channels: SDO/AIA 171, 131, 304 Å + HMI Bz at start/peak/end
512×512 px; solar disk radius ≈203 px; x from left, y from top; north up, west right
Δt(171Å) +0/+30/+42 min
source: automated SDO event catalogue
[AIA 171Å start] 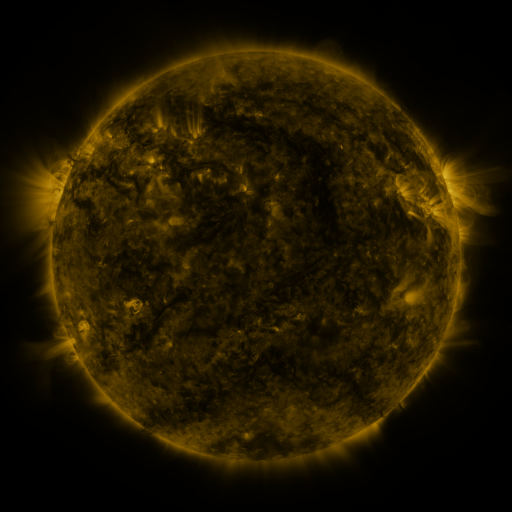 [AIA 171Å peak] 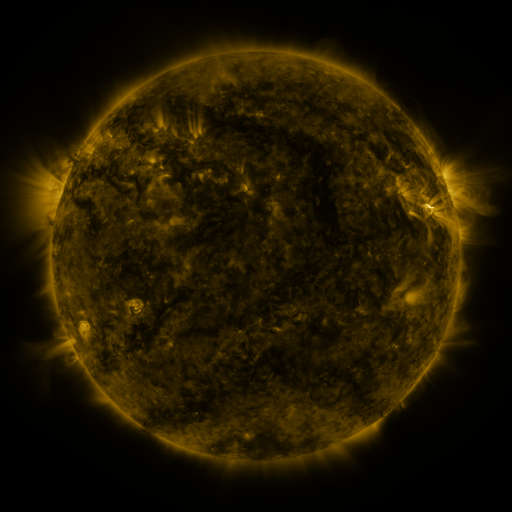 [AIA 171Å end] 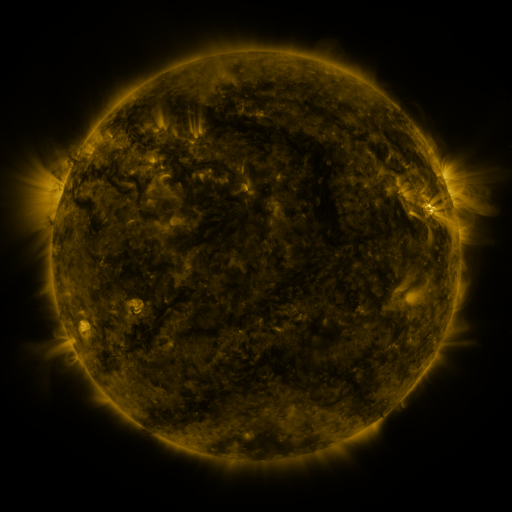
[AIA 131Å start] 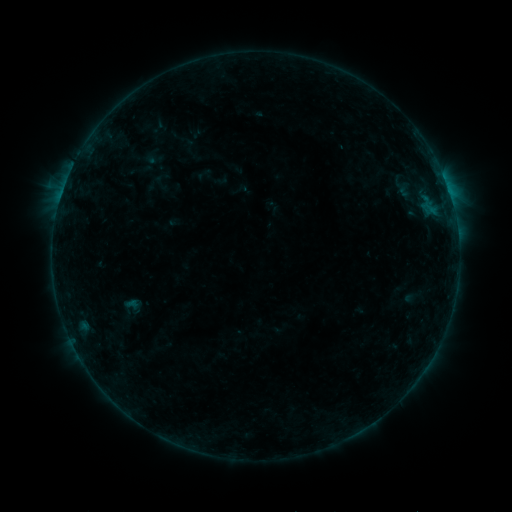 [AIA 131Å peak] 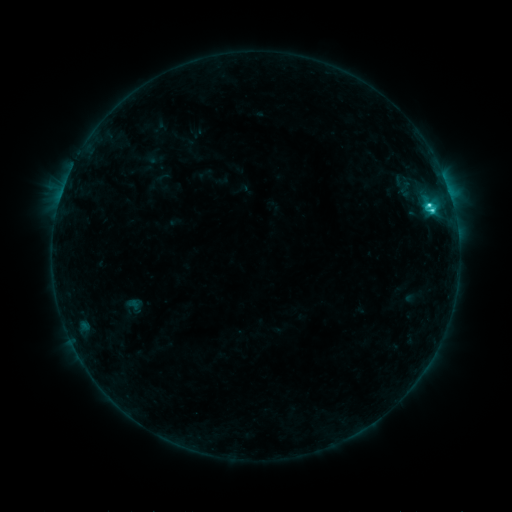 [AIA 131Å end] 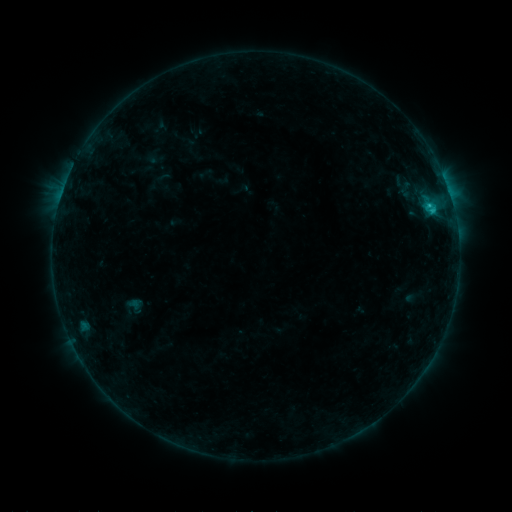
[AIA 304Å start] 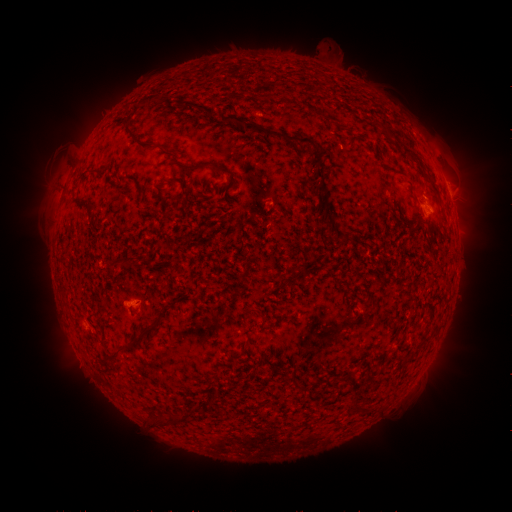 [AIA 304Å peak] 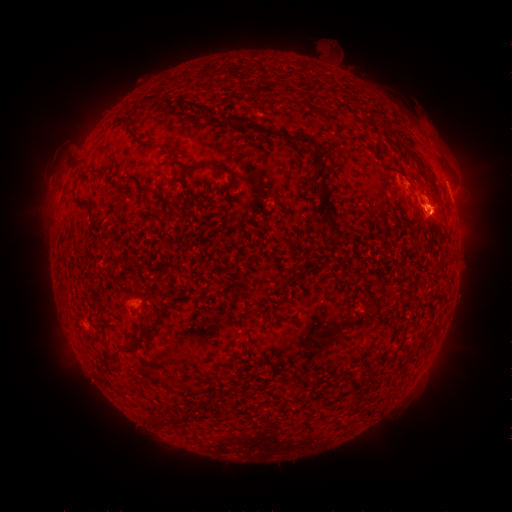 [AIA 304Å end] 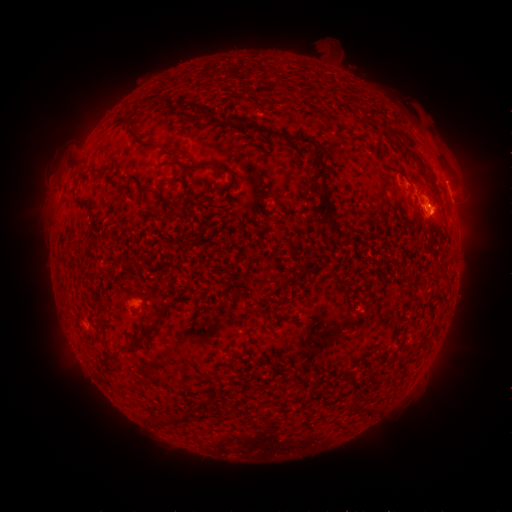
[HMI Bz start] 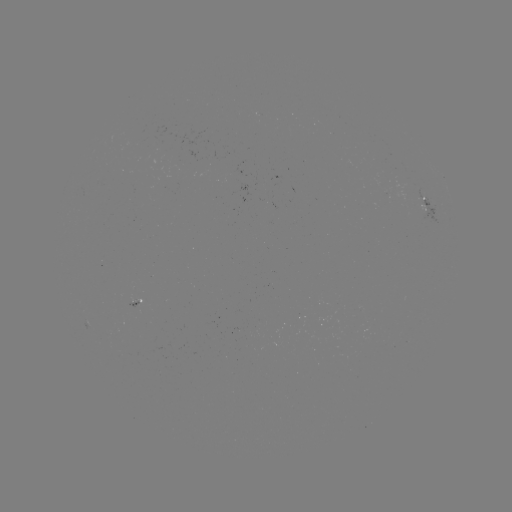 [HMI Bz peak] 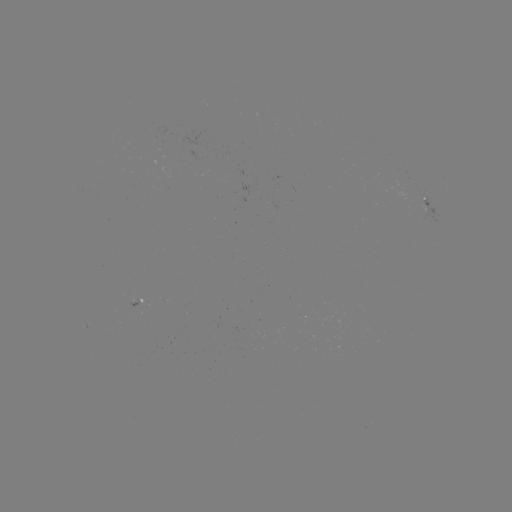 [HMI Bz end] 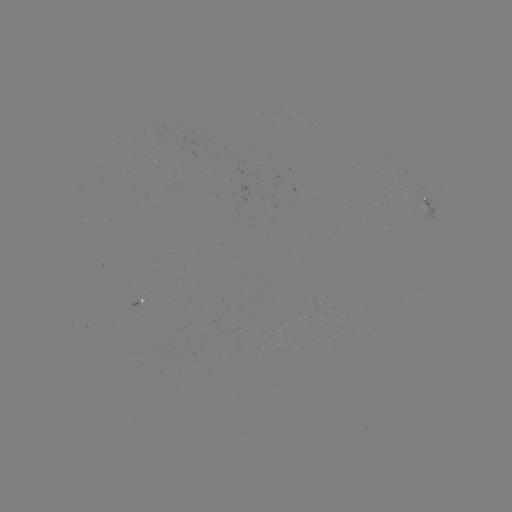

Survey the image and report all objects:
C2.9 flare: (427, 209)
